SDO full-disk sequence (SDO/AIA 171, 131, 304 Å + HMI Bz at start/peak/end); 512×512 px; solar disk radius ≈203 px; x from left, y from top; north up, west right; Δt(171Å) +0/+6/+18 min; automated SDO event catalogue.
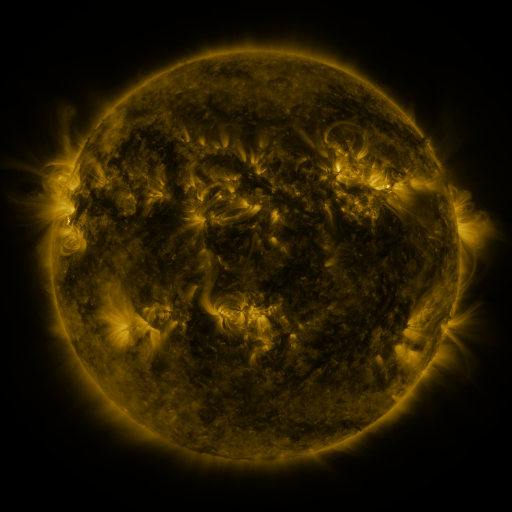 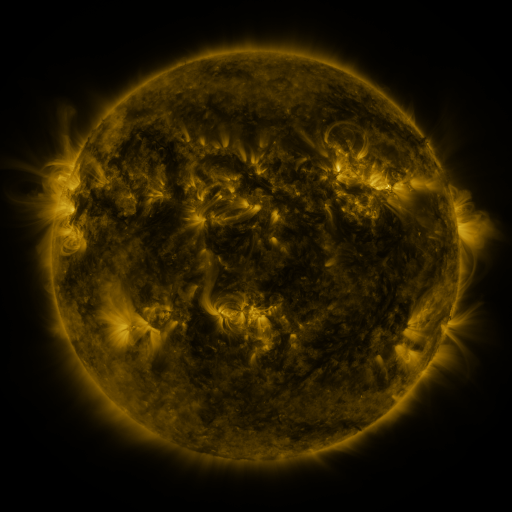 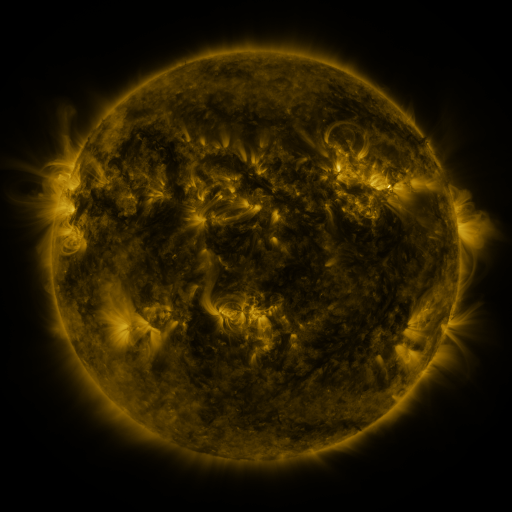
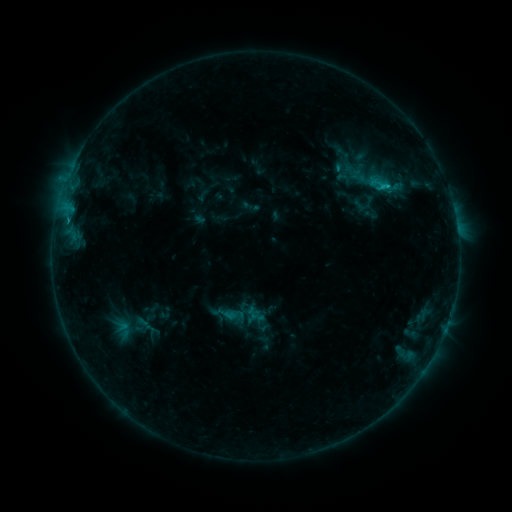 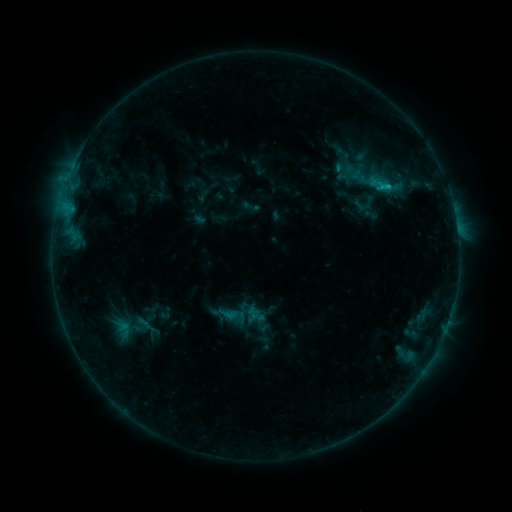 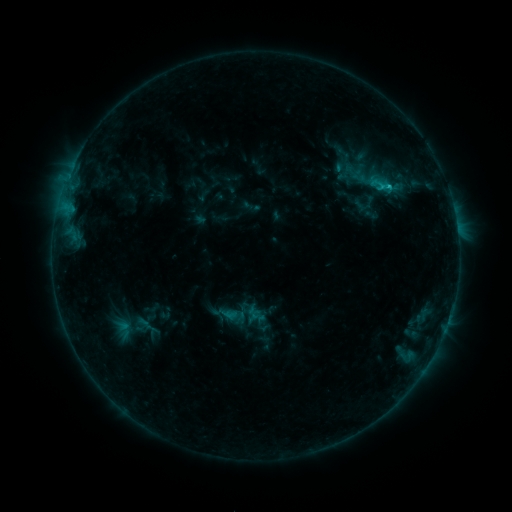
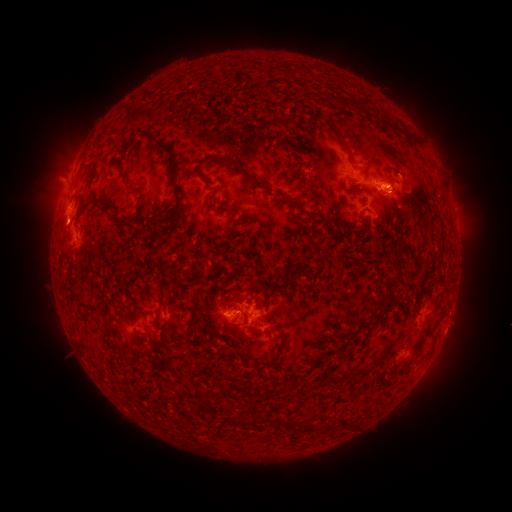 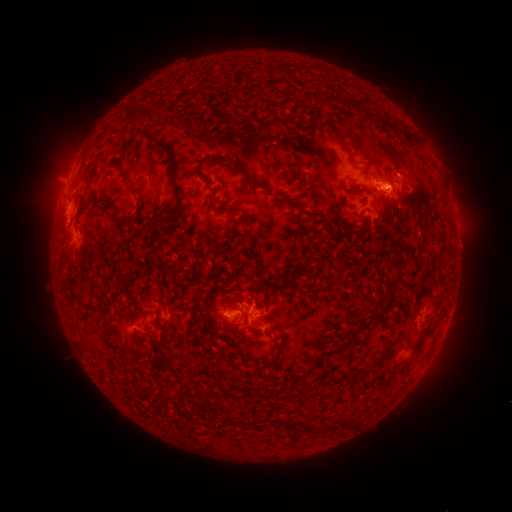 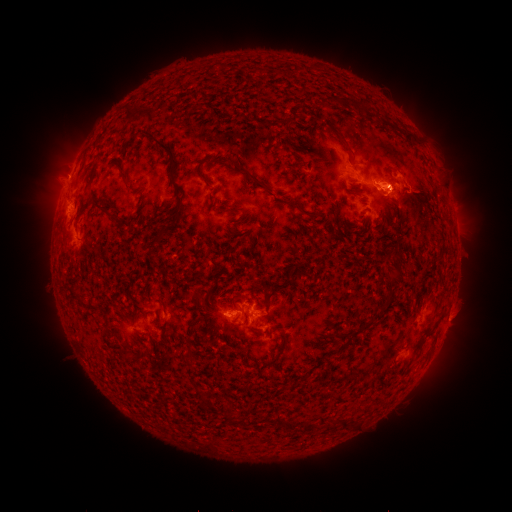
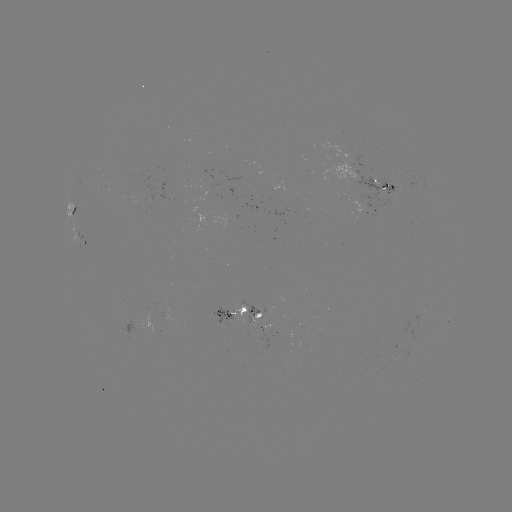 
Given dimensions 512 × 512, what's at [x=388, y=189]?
C1.4 flare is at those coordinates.